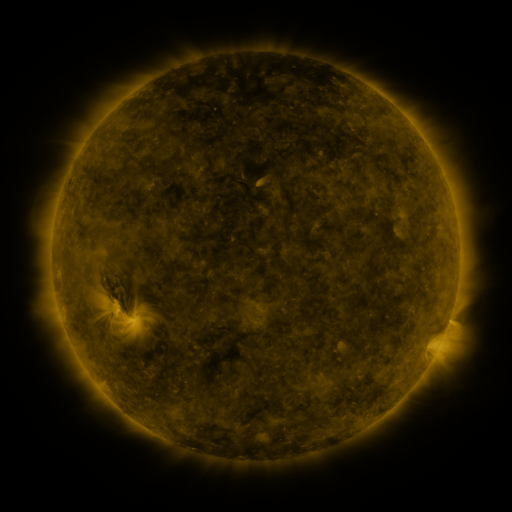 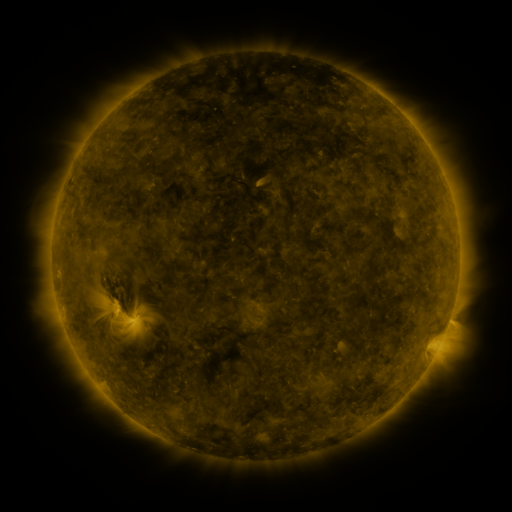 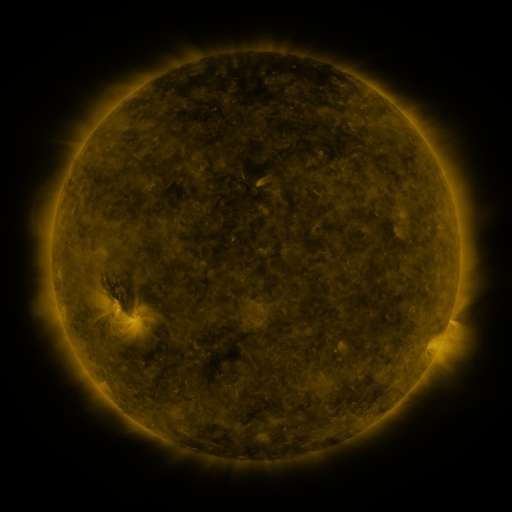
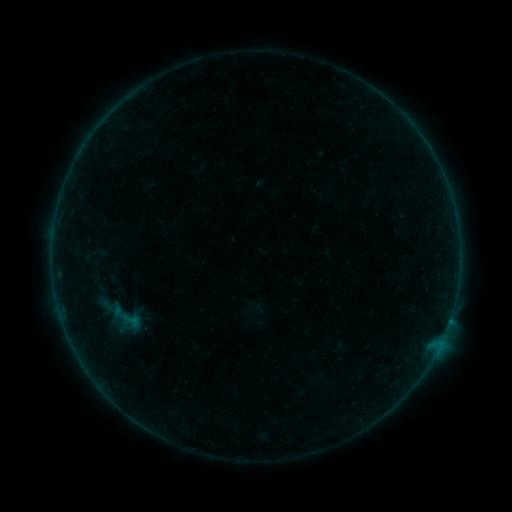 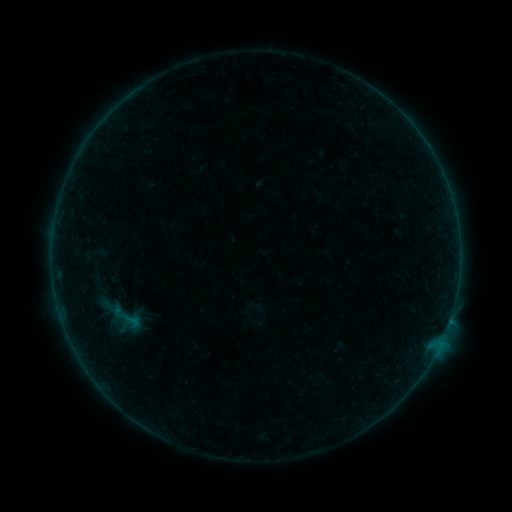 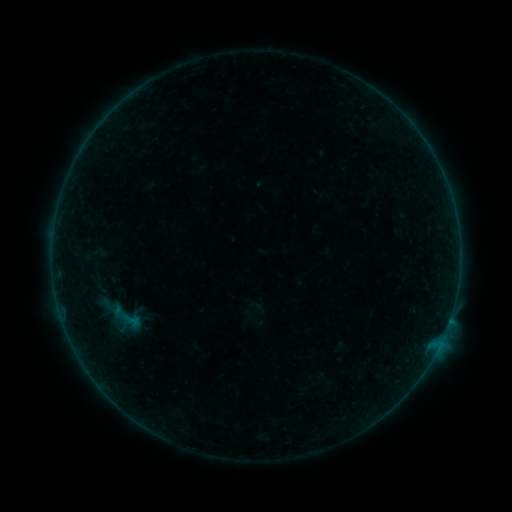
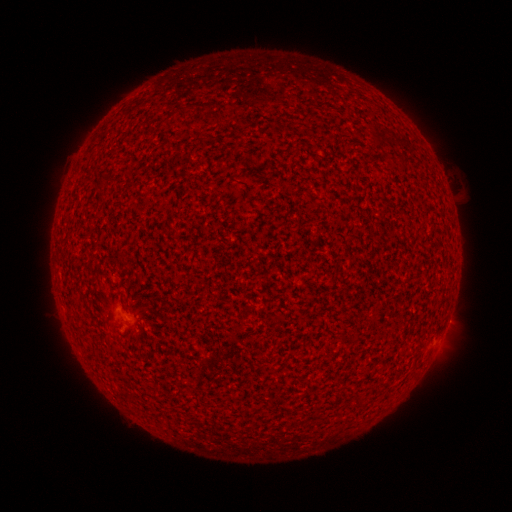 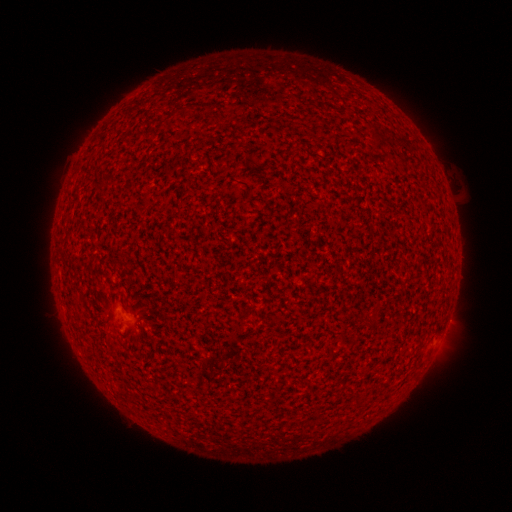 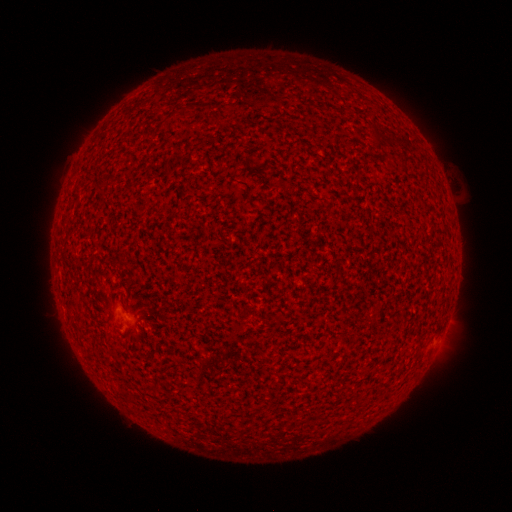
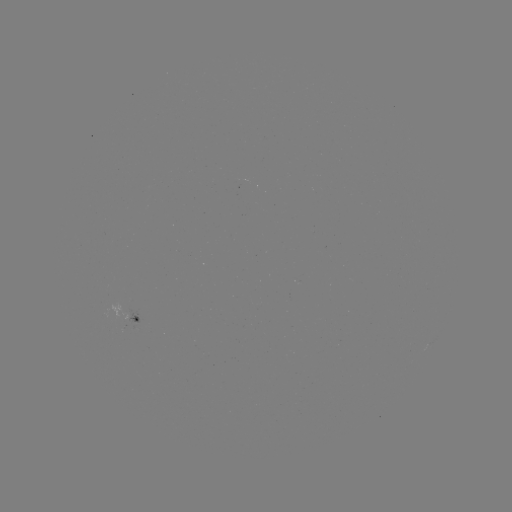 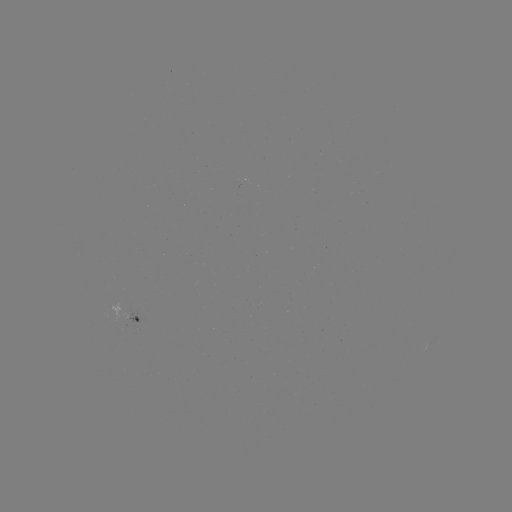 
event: flare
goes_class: A5.4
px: (449, 316)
